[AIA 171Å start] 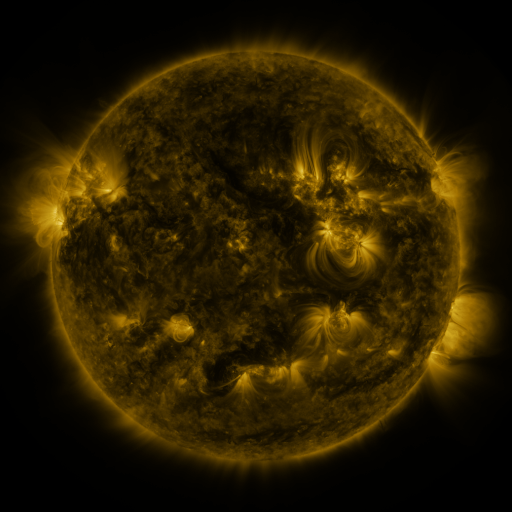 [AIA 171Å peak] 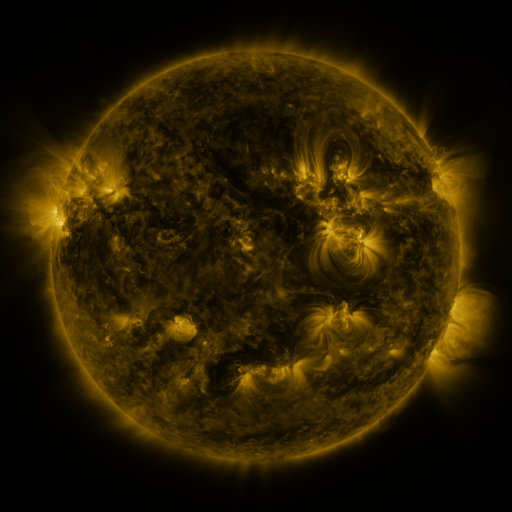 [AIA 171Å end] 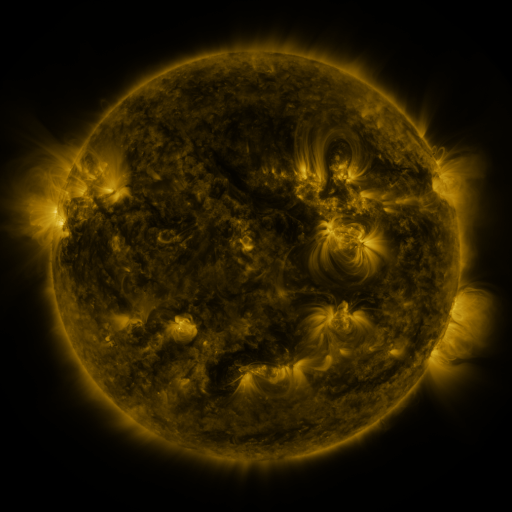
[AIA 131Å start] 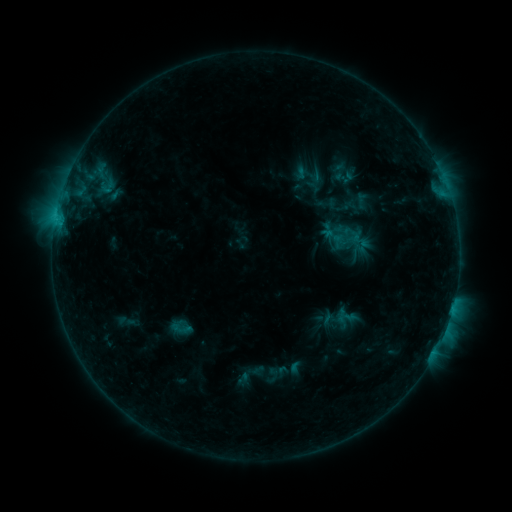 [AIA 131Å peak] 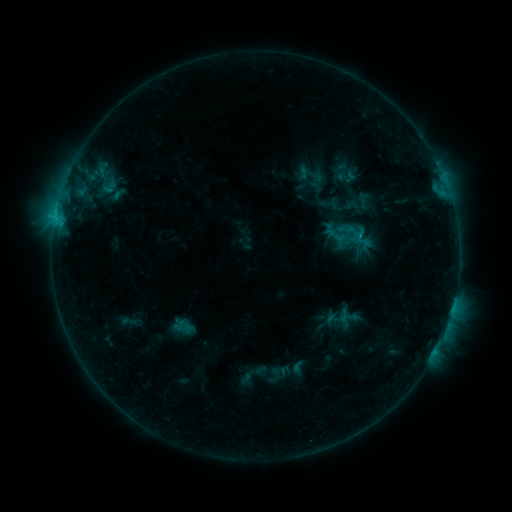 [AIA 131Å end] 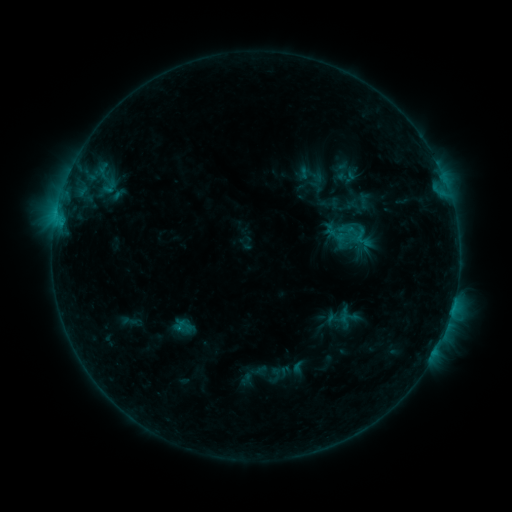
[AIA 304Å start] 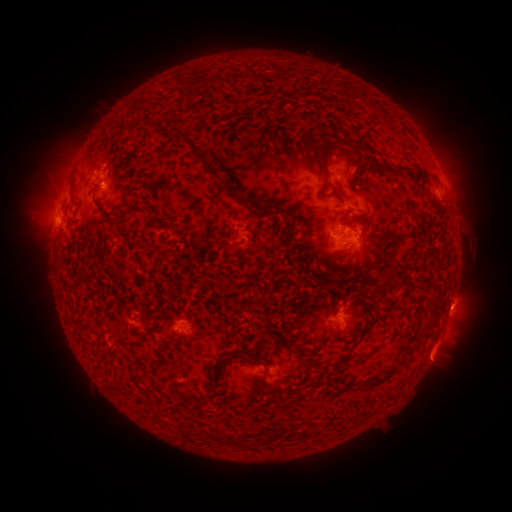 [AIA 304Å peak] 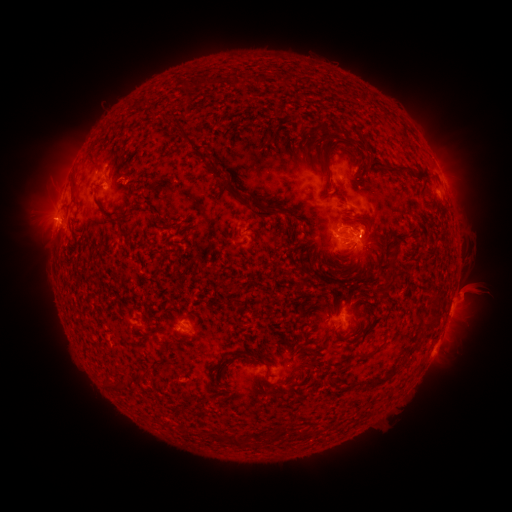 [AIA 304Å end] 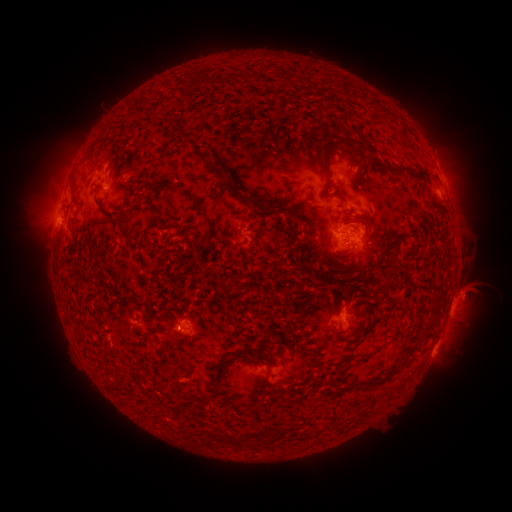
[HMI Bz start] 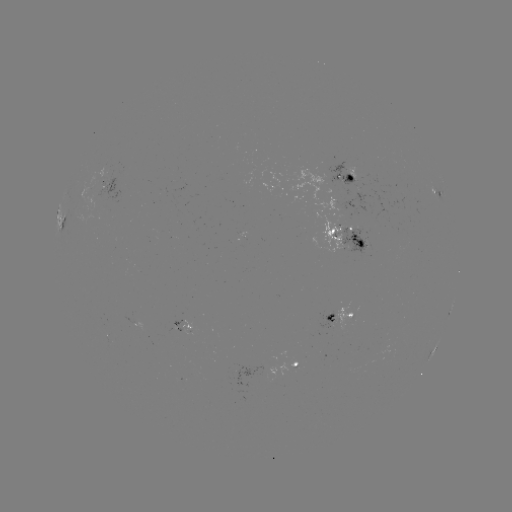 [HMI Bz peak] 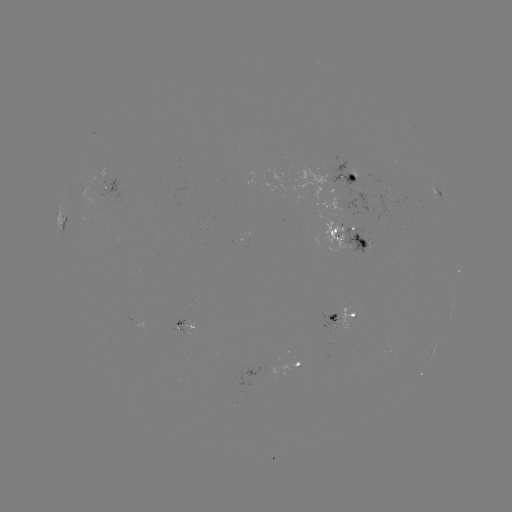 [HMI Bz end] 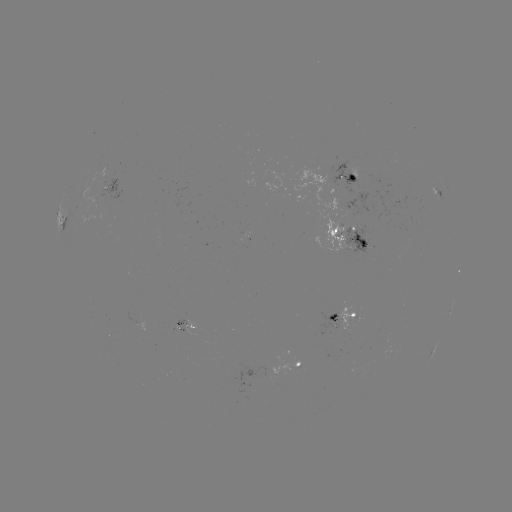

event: emerging-flux region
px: (326, 316)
